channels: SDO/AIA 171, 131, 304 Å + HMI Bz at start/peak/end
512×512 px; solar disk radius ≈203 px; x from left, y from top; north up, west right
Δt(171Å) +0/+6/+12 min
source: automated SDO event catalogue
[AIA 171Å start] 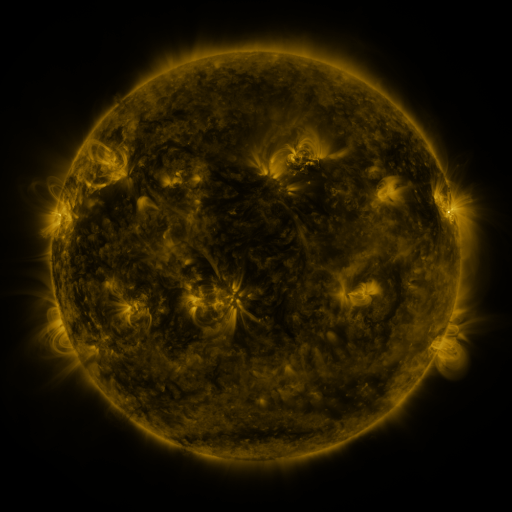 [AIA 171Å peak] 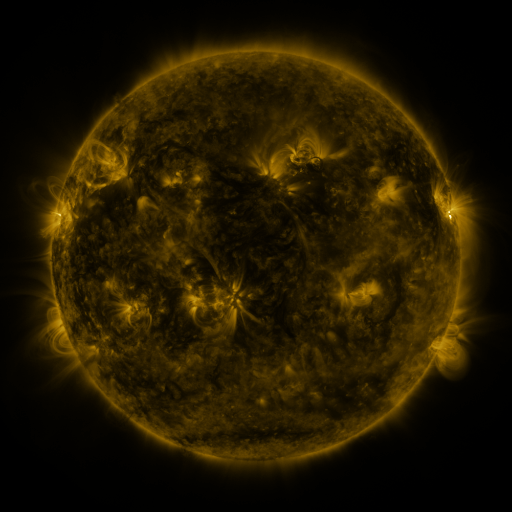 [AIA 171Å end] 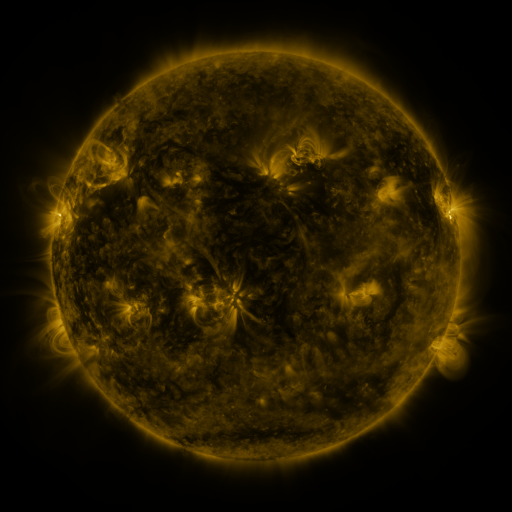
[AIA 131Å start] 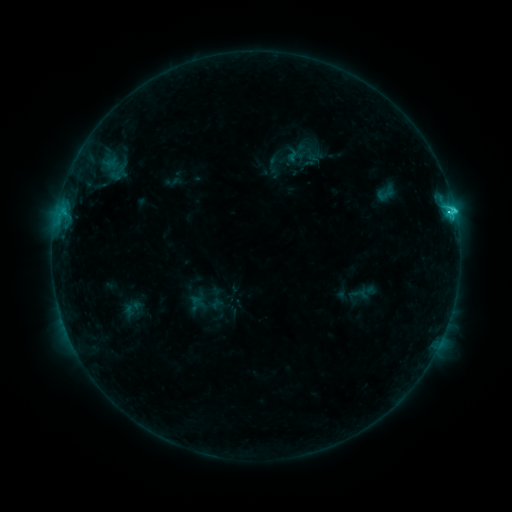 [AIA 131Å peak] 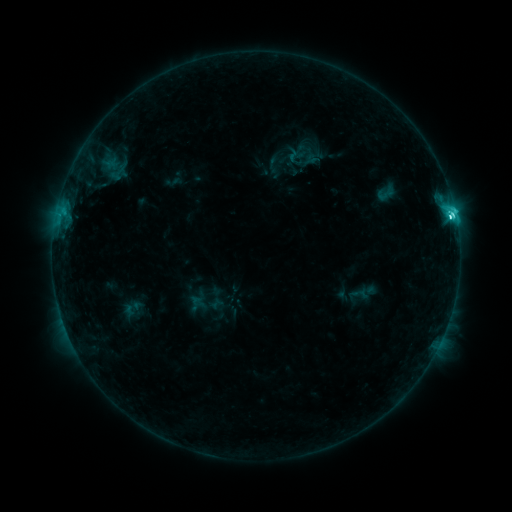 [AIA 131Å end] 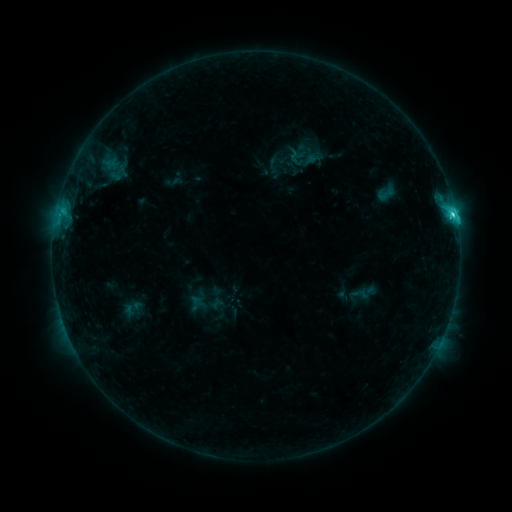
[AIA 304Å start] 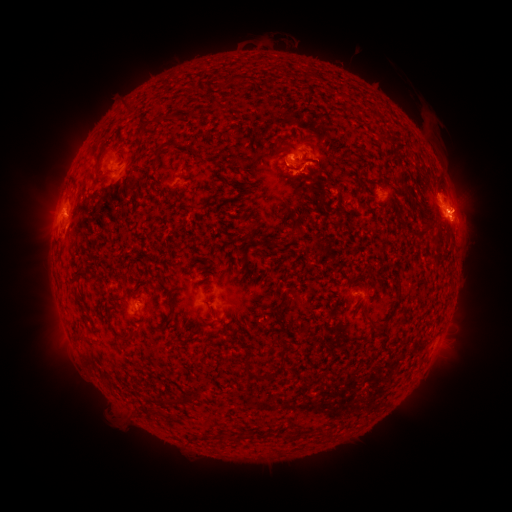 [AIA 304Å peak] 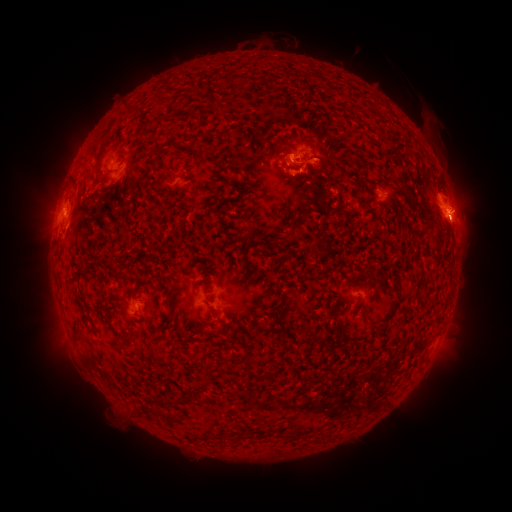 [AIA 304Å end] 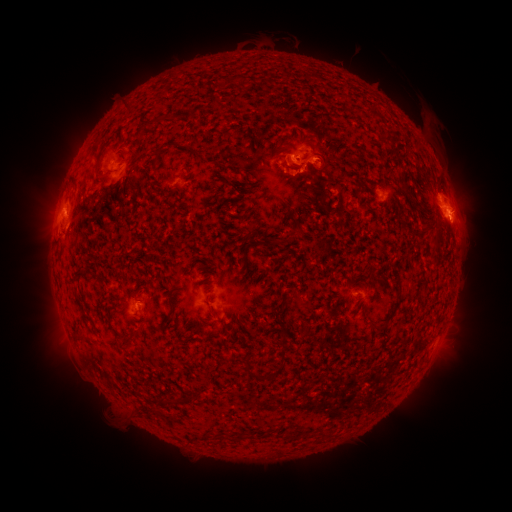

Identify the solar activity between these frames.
C5.6 flare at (450, 216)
